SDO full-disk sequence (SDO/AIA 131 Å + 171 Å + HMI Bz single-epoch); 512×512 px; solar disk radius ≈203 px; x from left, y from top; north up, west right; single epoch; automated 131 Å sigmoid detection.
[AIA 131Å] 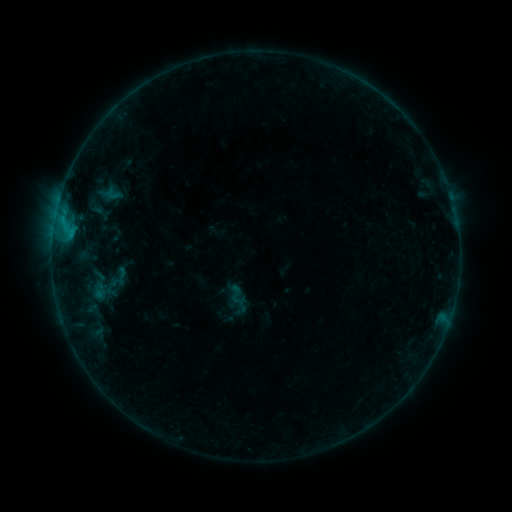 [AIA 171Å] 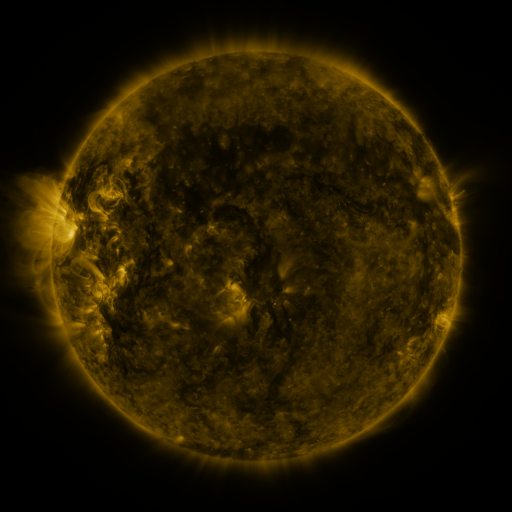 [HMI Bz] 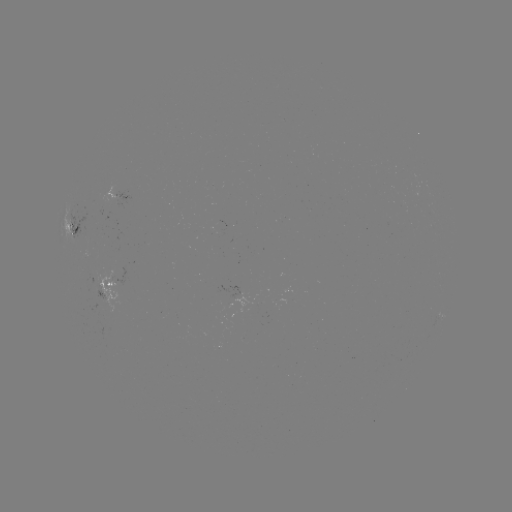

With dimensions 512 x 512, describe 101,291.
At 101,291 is sigmoid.